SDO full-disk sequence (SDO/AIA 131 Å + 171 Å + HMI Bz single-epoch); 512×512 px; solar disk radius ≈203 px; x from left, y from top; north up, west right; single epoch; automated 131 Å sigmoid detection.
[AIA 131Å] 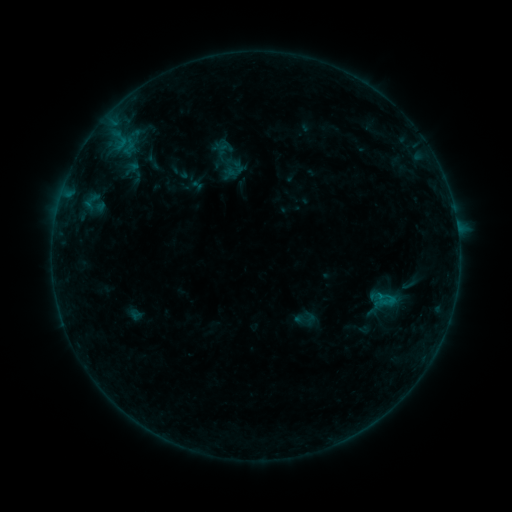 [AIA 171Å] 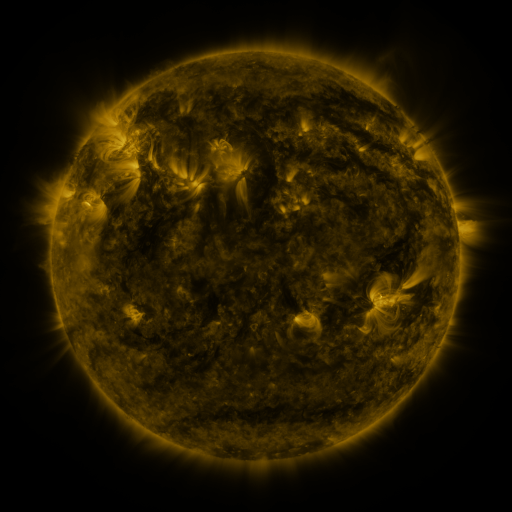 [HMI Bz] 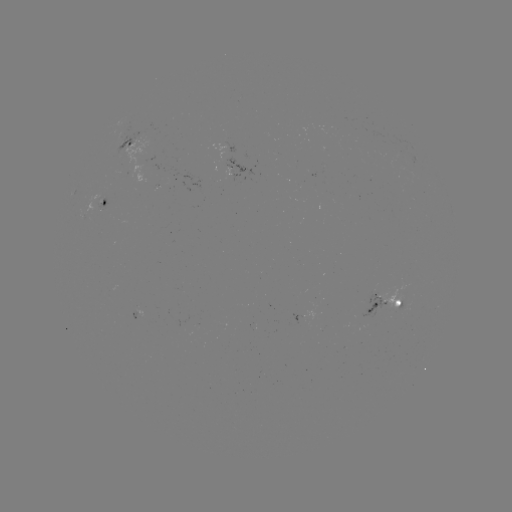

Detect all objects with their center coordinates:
sigmoid: <bbox>293, 305, 318, 332</bbox>
